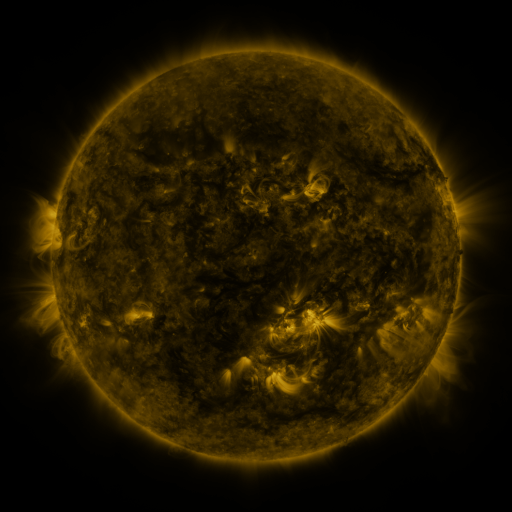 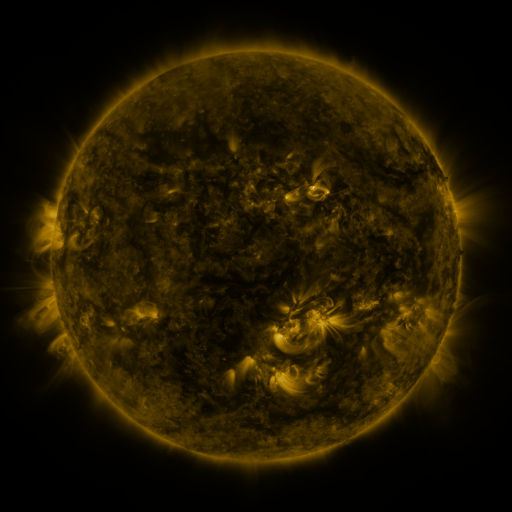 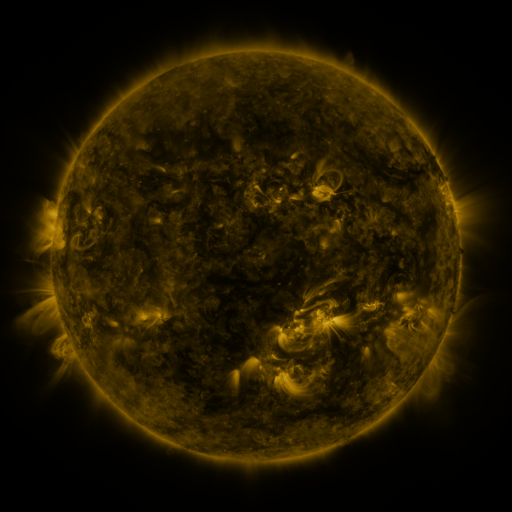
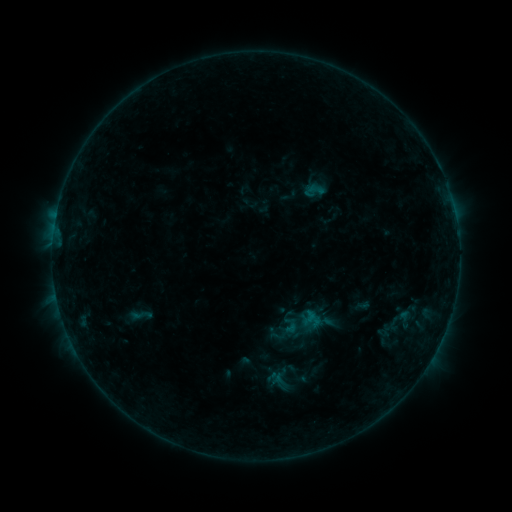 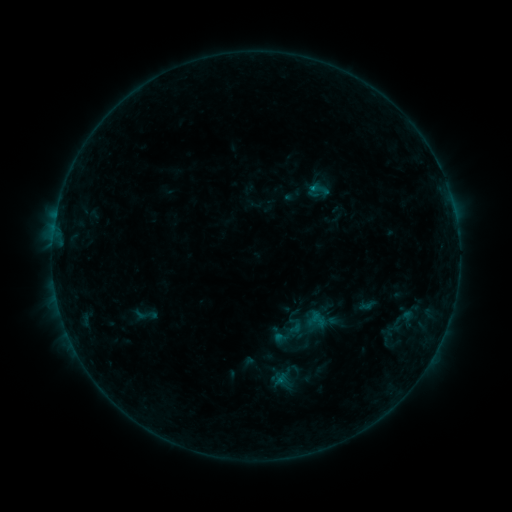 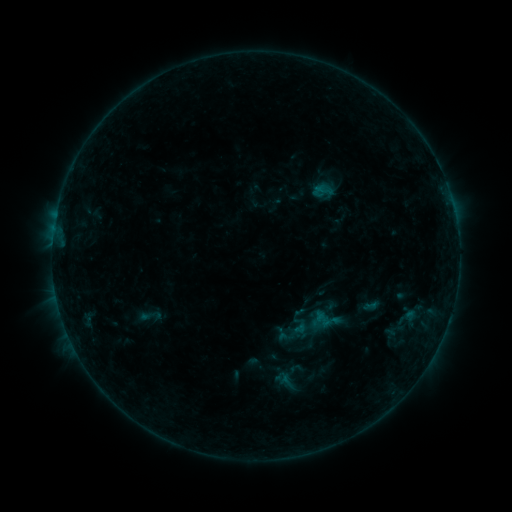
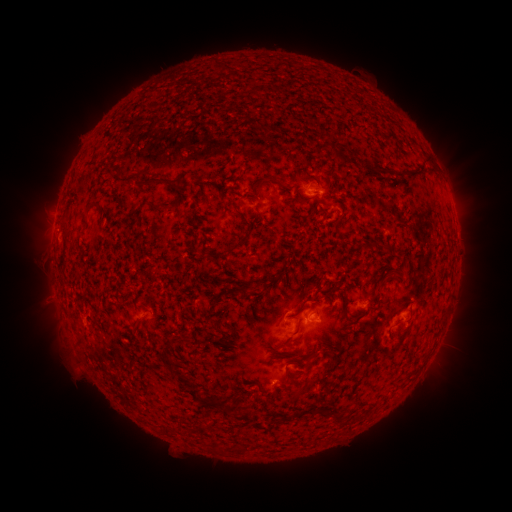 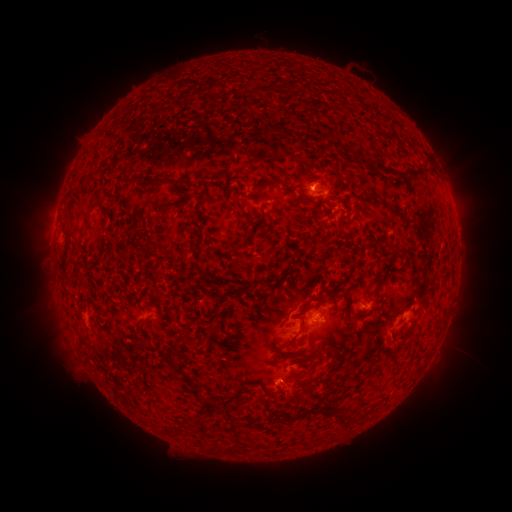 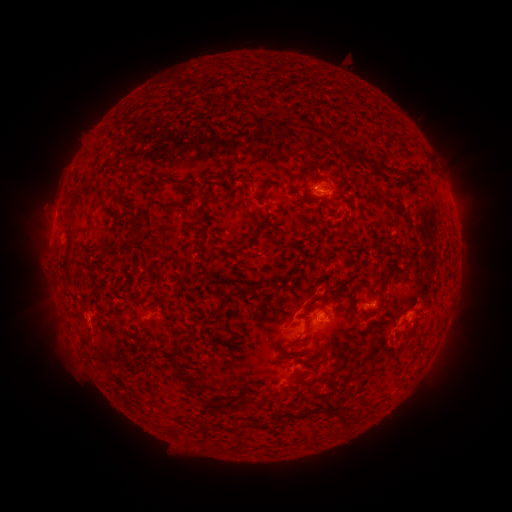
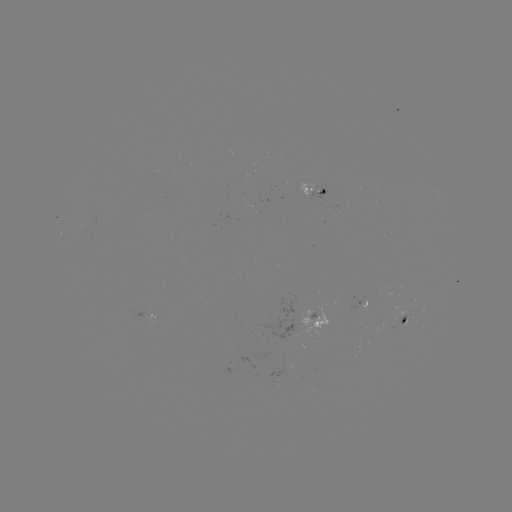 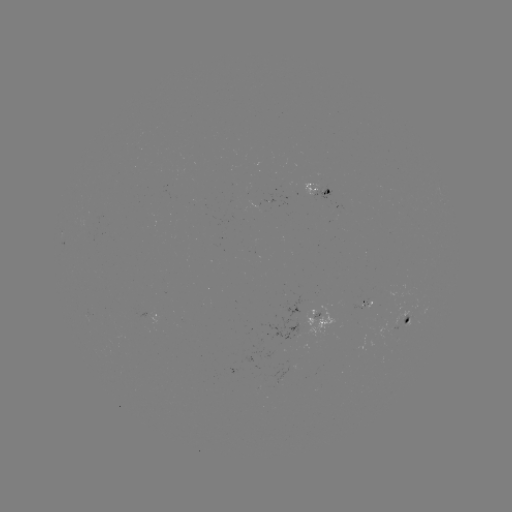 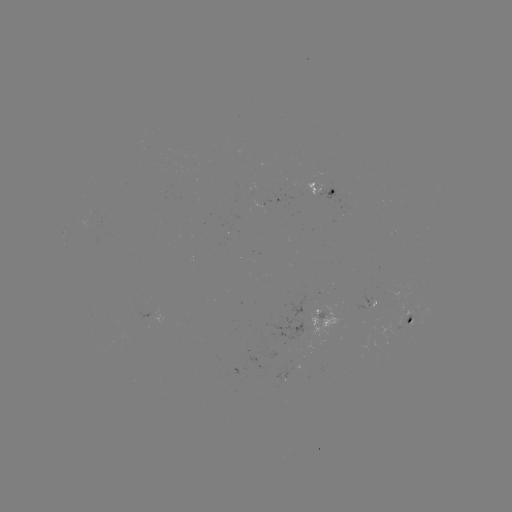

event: filament eruption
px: (272, 393)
